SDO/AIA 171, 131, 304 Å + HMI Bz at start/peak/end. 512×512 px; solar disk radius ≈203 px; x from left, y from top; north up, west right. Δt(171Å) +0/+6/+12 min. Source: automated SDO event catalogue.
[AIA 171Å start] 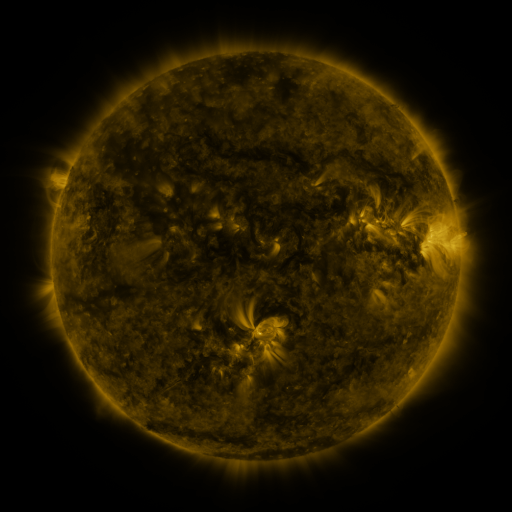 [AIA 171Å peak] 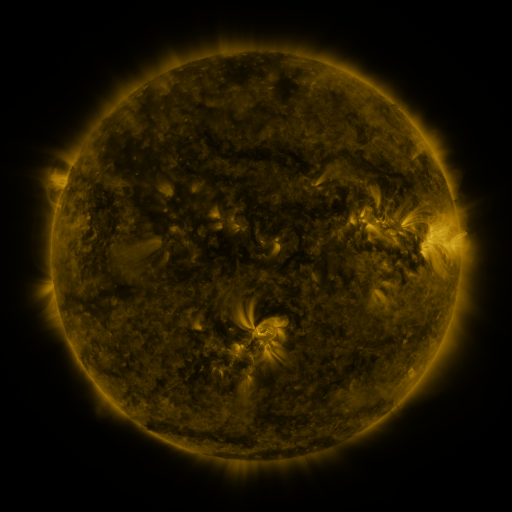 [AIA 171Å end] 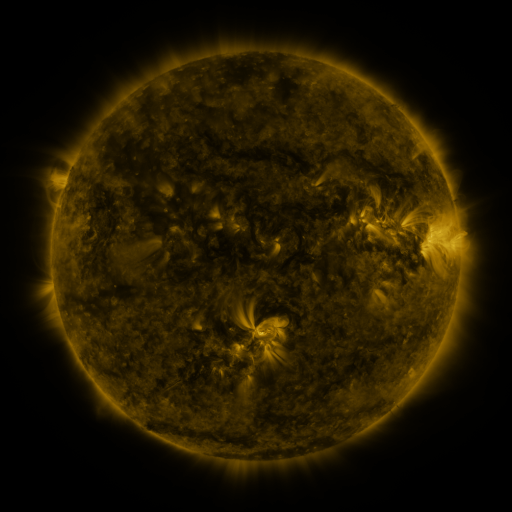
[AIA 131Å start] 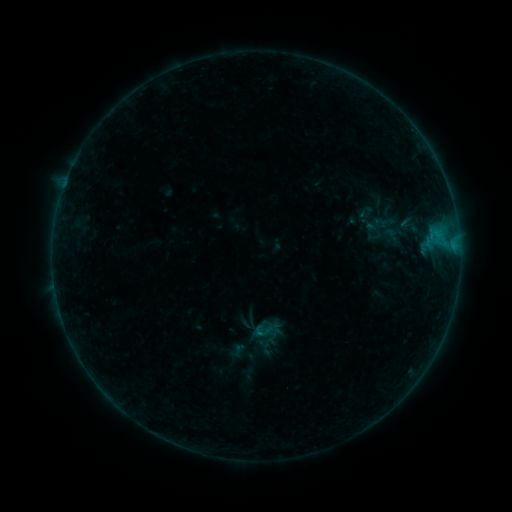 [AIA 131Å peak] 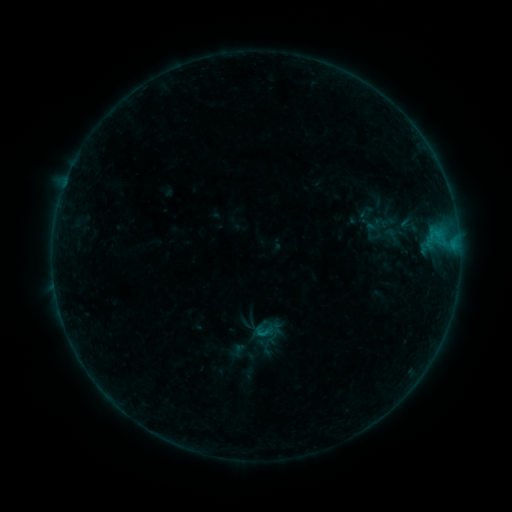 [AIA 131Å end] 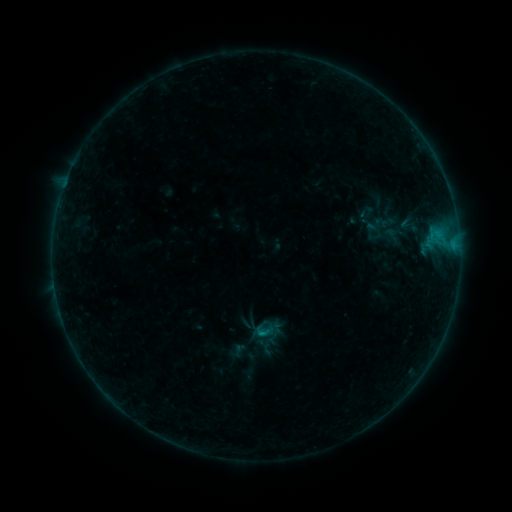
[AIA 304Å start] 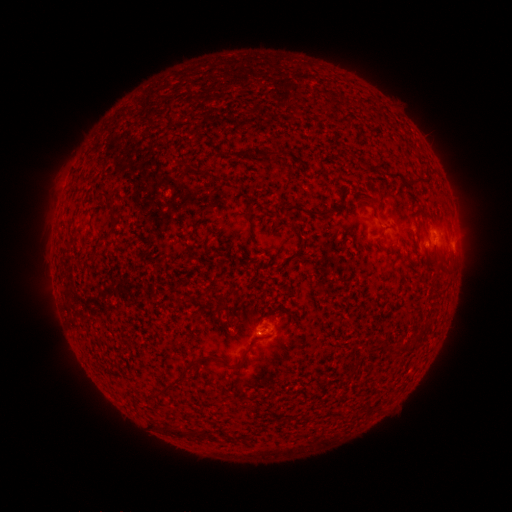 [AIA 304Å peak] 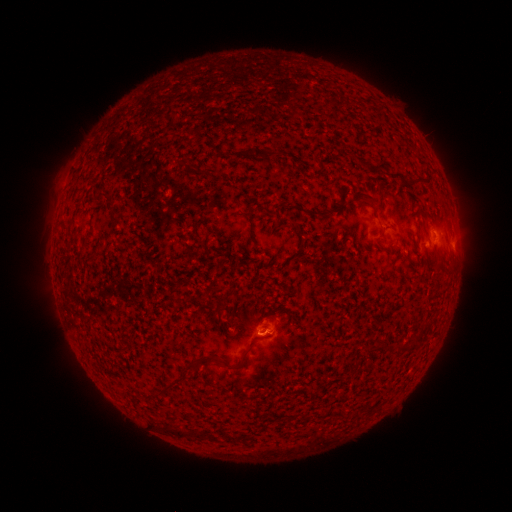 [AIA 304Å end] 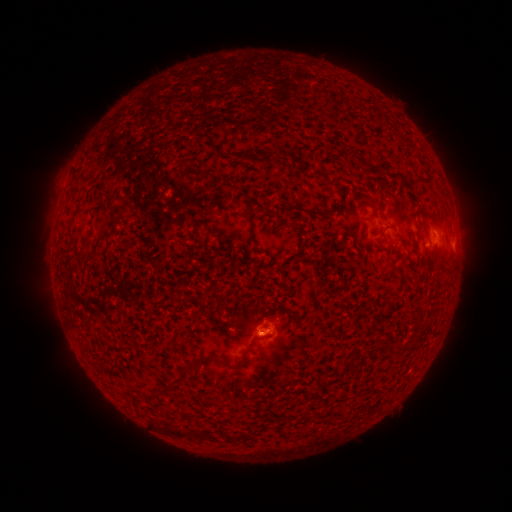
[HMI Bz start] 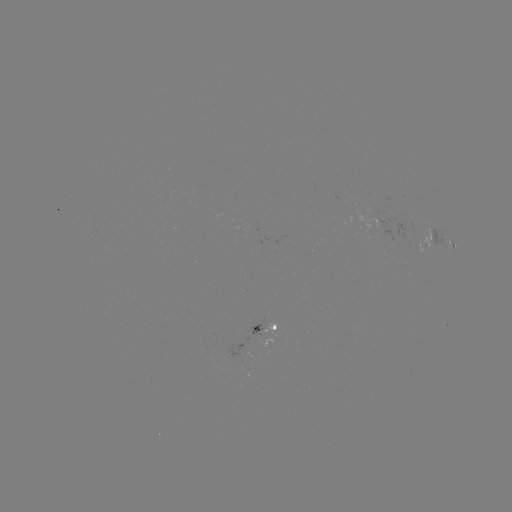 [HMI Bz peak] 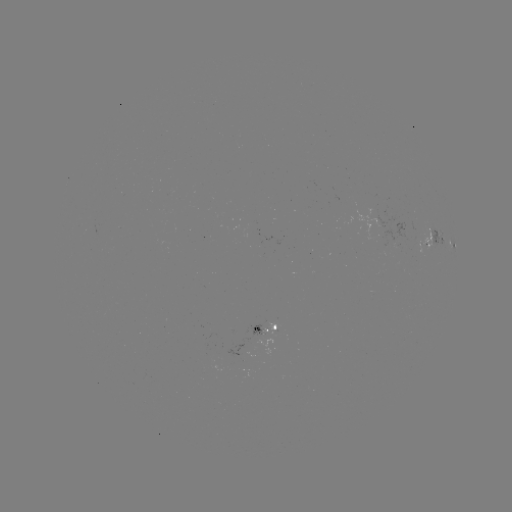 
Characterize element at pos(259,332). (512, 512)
B1.9 flare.